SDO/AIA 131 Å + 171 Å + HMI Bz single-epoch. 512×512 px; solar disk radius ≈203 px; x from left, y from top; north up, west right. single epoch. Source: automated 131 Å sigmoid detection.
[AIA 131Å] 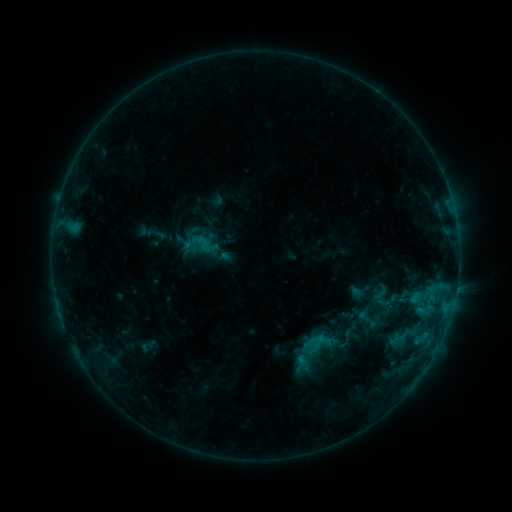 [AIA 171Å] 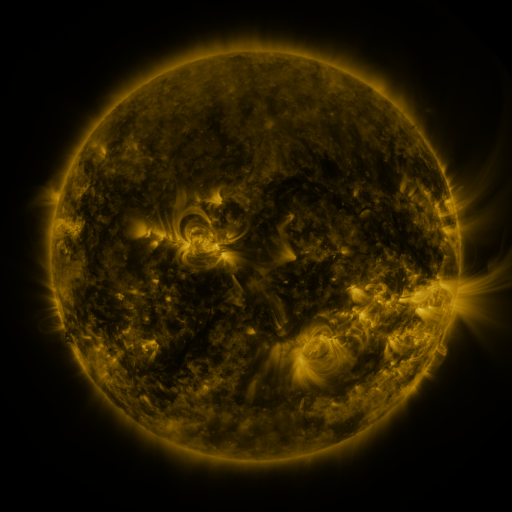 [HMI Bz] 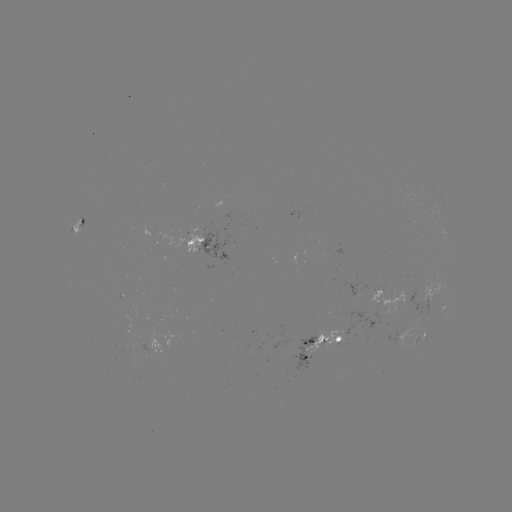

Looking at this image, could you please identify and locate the sigmoid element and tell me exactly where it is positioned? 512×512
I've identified sigmoid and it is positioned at [346, 339].